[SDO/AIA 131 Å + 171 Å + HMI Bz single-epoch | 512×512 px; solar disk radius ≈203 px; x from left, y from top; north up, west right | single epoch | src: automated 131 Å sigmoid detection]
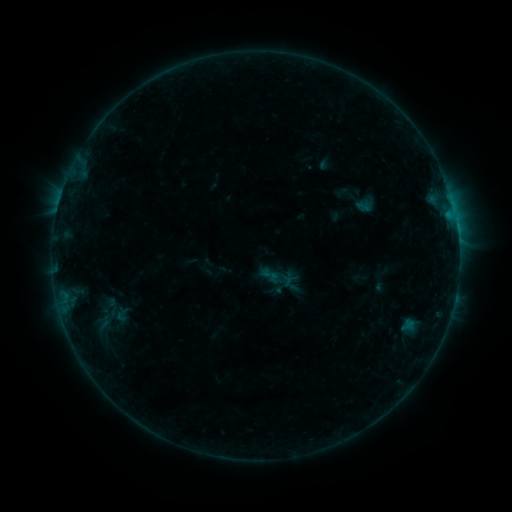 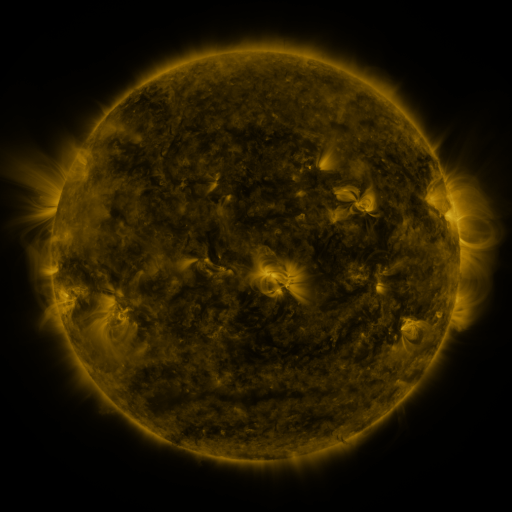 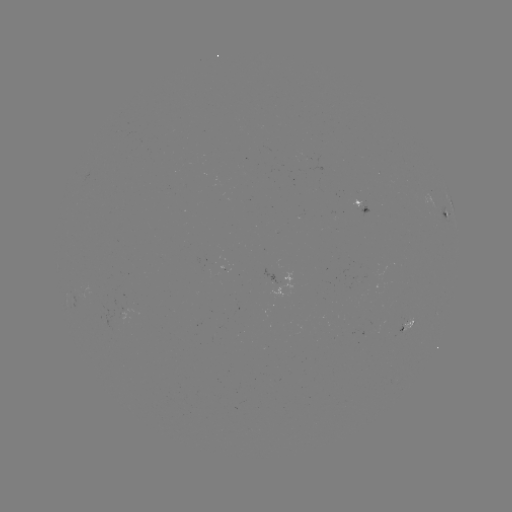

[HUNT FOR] sigmoid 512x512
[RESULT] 270,275